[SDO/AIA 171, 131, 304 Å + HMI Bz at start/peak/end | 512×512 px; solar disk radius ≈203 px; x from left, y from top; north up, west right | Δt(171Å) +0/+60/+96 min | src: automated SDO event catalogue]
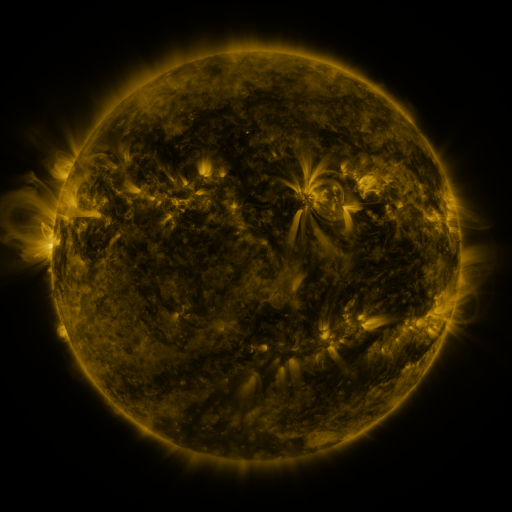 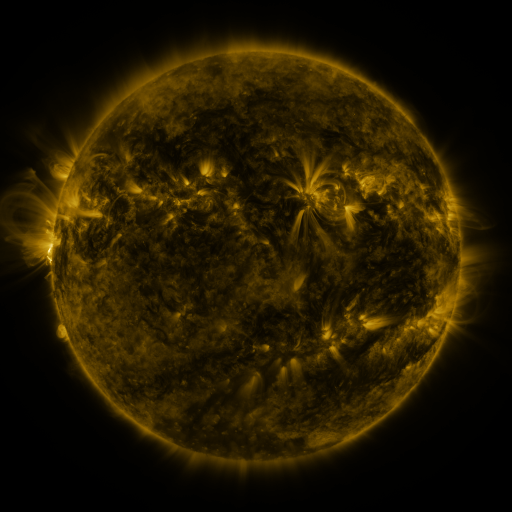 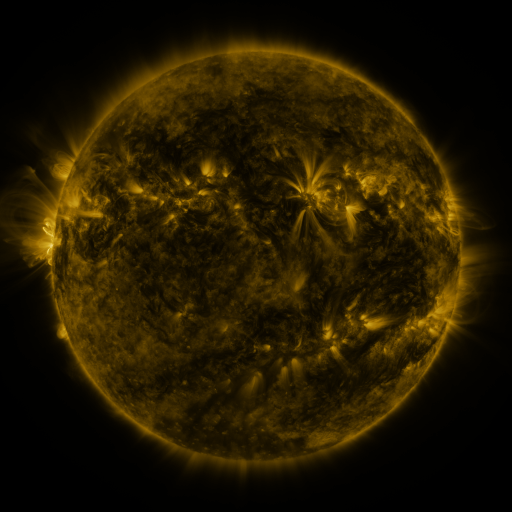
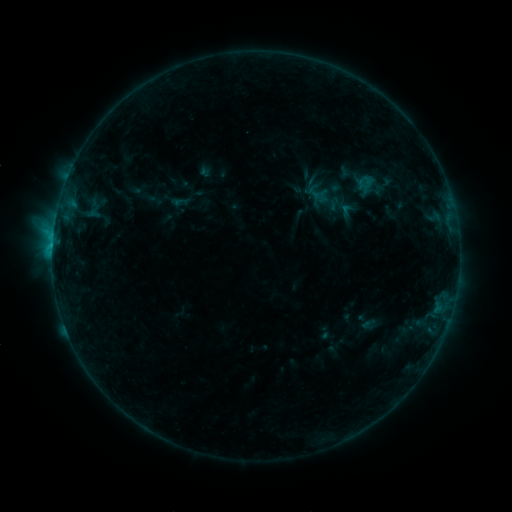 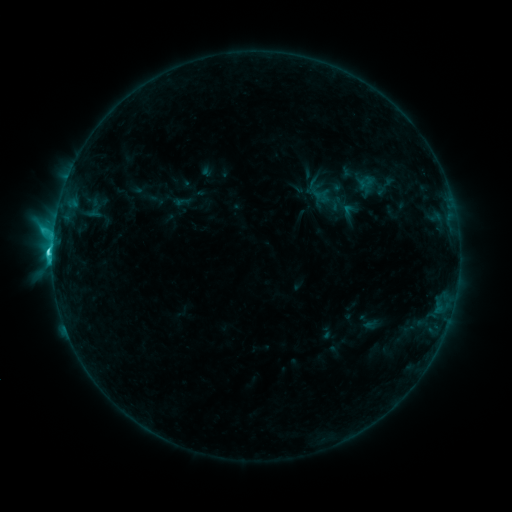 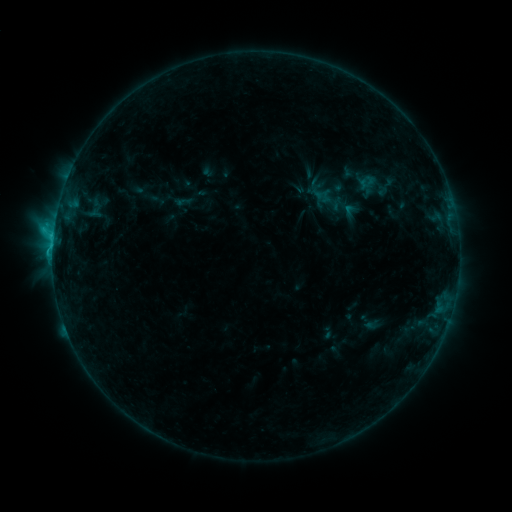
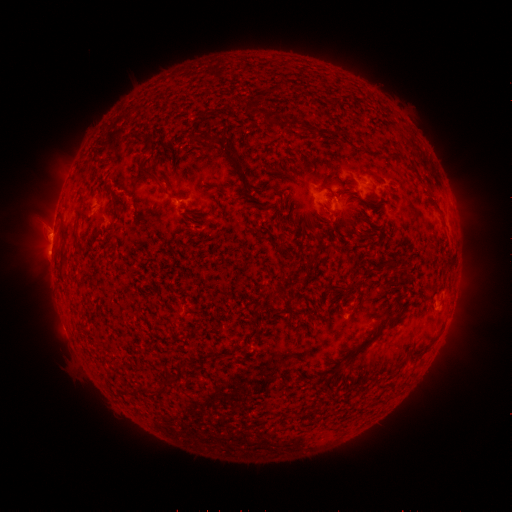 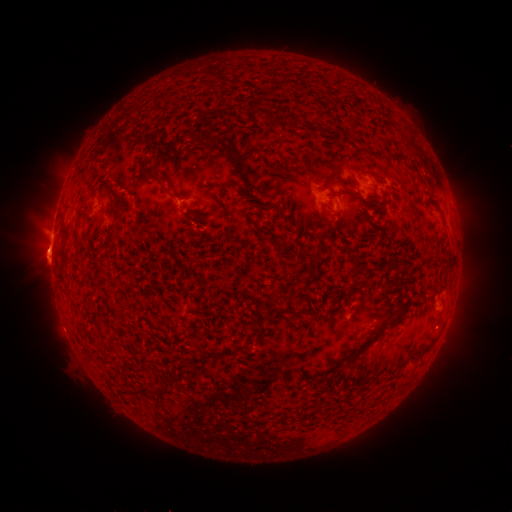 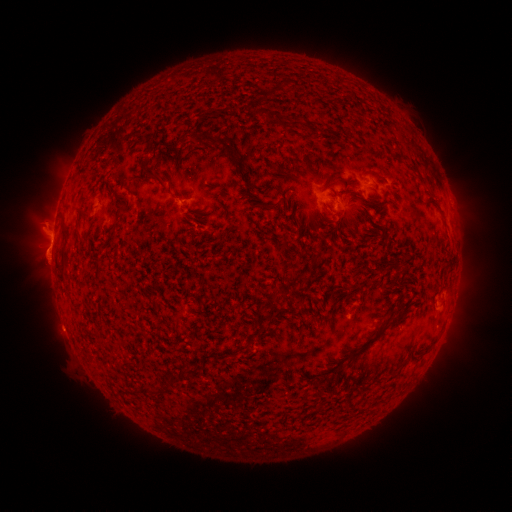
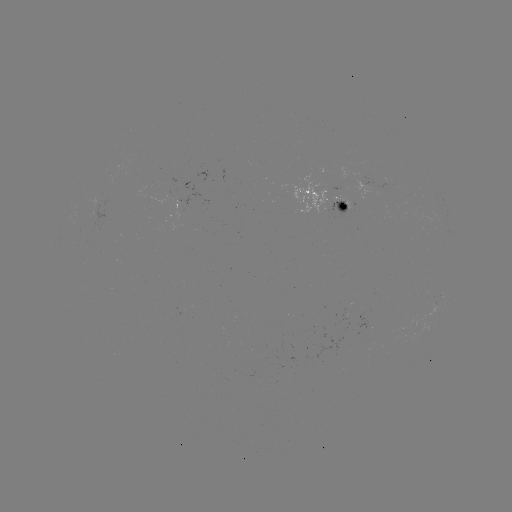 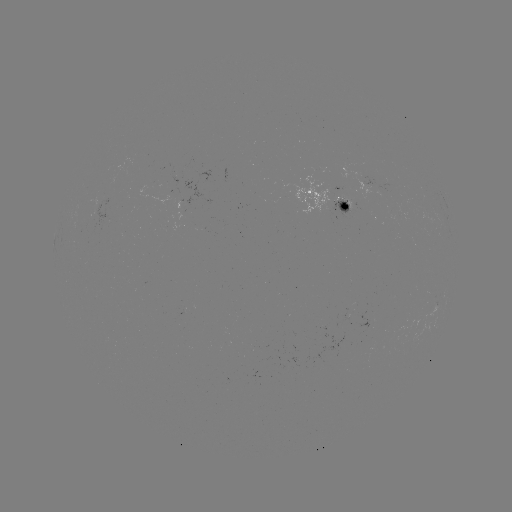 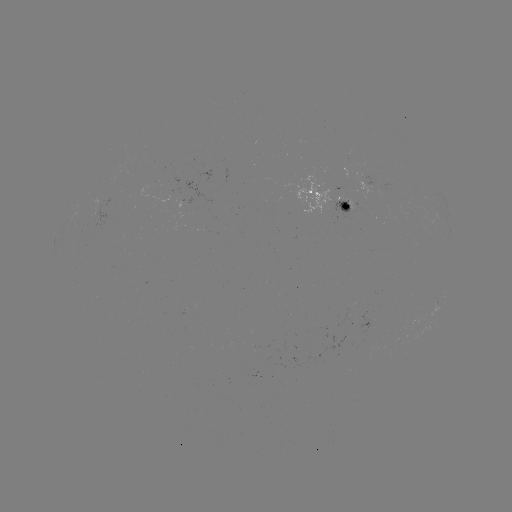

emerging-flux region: (92, 199, 109, 226)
